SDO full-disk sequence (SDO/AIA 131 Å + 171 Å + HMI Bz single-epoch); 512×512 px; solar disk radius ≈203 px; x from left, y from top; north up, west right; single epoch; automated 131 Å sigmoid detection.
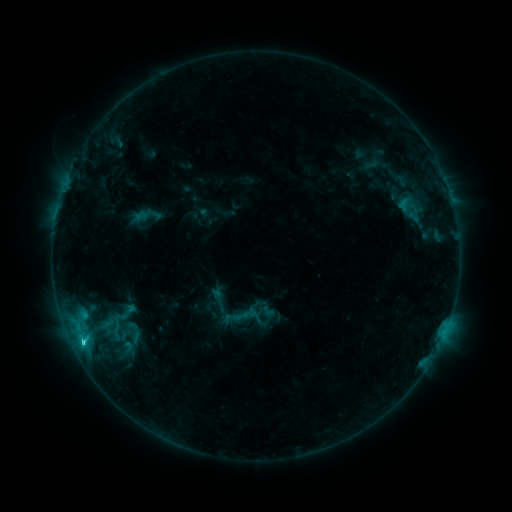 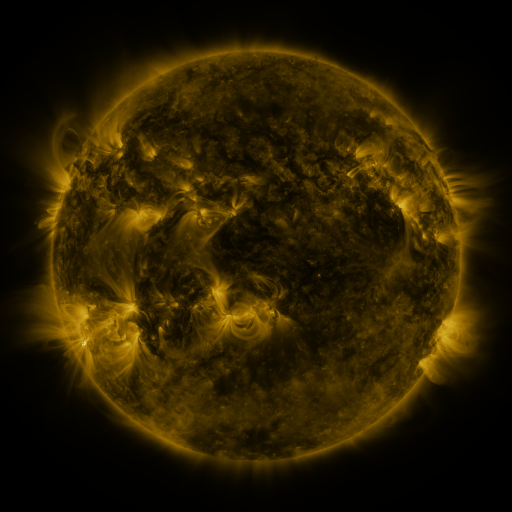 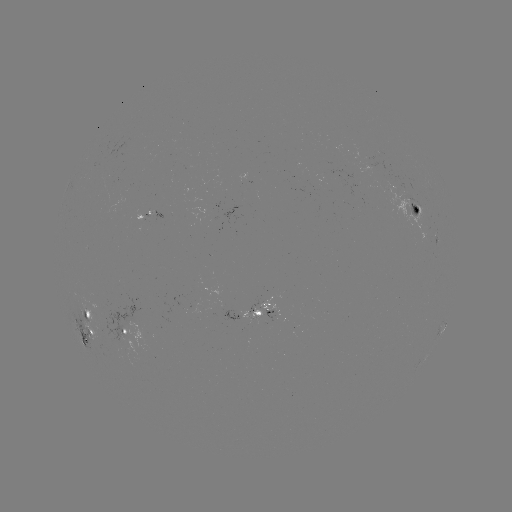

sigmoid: [230, 300, 262, 331]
